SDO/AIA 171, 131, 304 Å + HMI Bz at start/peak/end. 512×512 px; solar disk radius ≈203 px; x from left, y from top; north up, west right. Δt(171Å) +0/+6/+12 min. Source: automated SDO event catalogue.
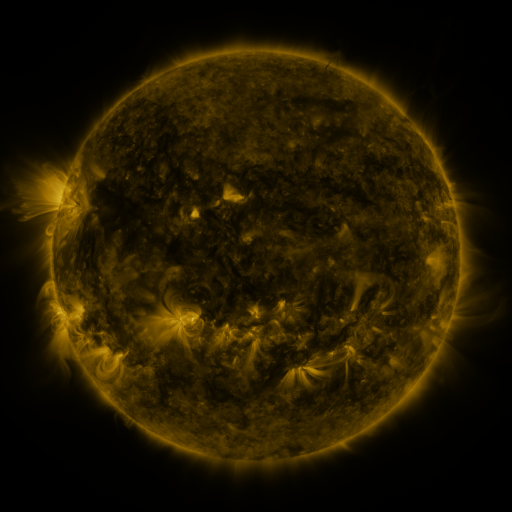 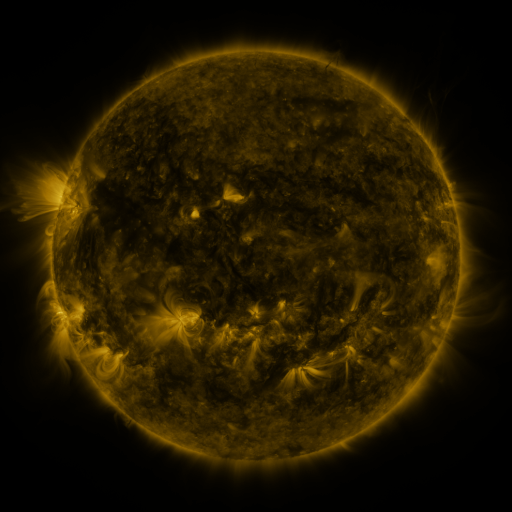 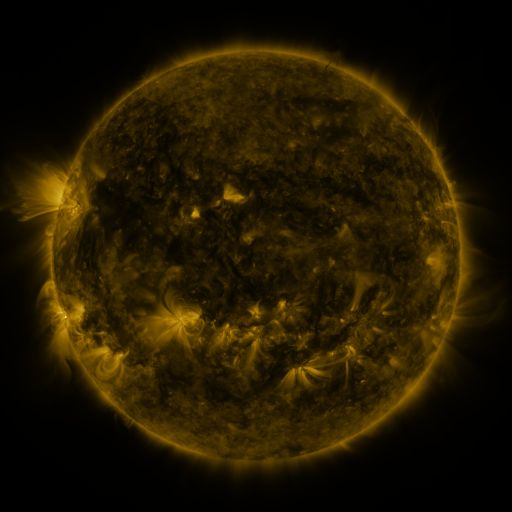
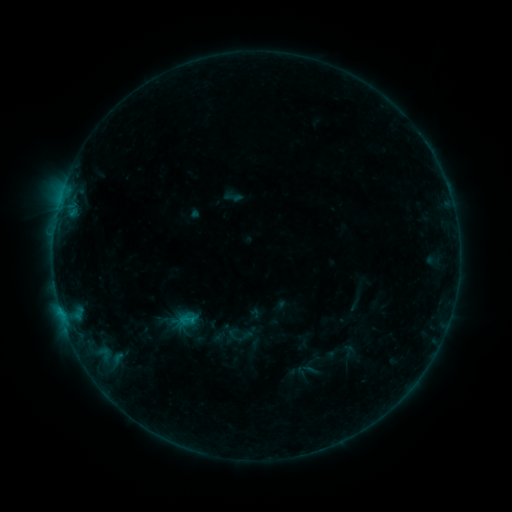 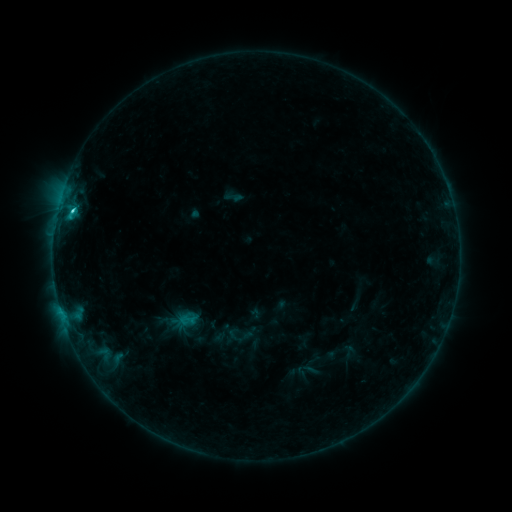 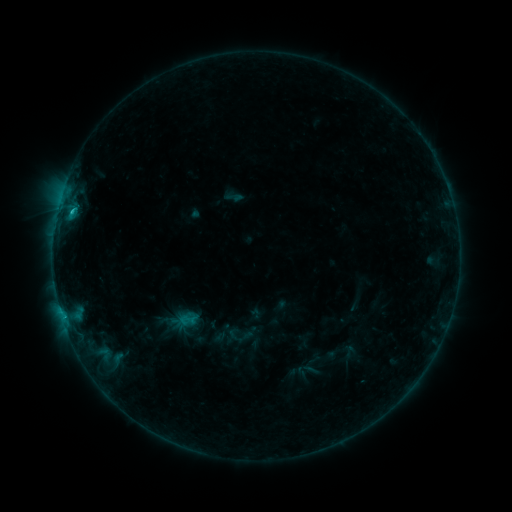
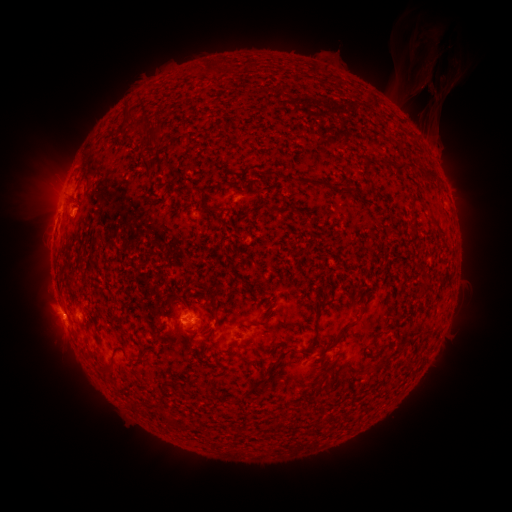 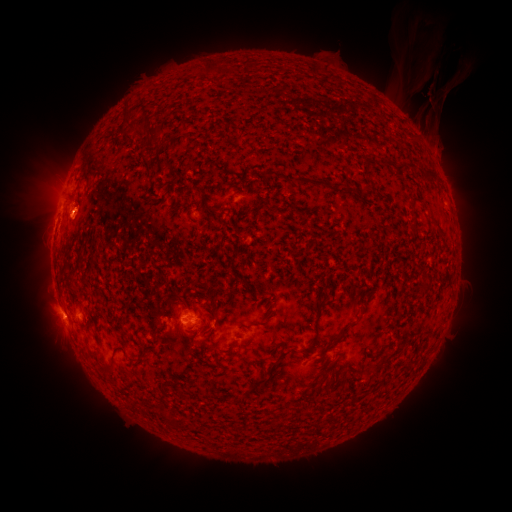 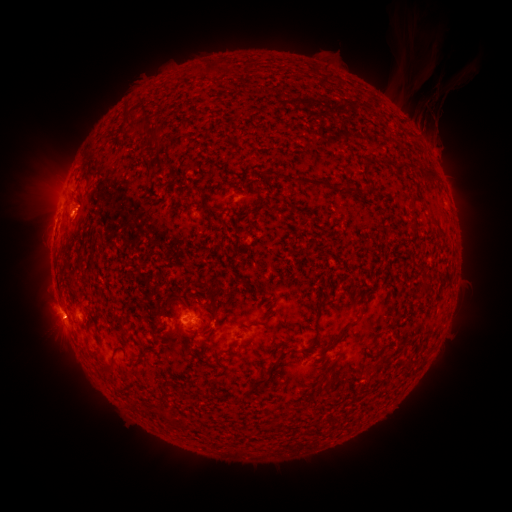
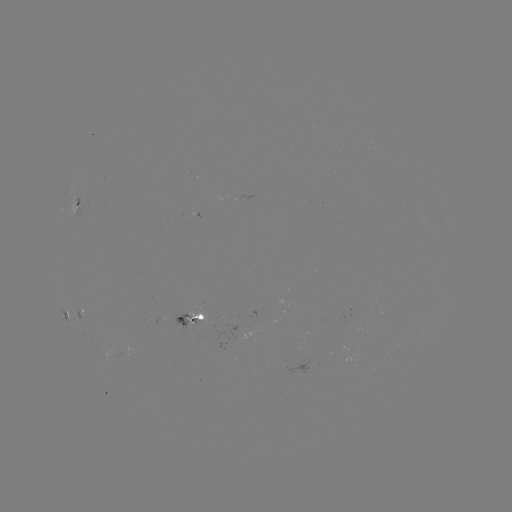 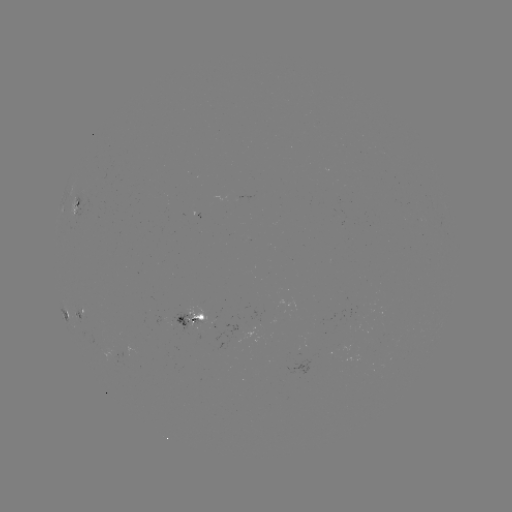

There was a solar flare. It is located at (73, 213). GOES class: C1.6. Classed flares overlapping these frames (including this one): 1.